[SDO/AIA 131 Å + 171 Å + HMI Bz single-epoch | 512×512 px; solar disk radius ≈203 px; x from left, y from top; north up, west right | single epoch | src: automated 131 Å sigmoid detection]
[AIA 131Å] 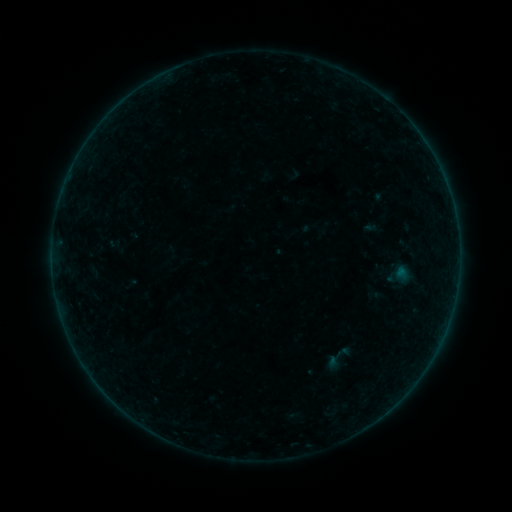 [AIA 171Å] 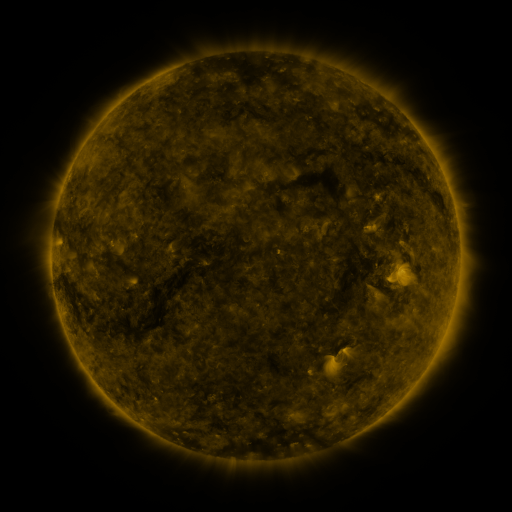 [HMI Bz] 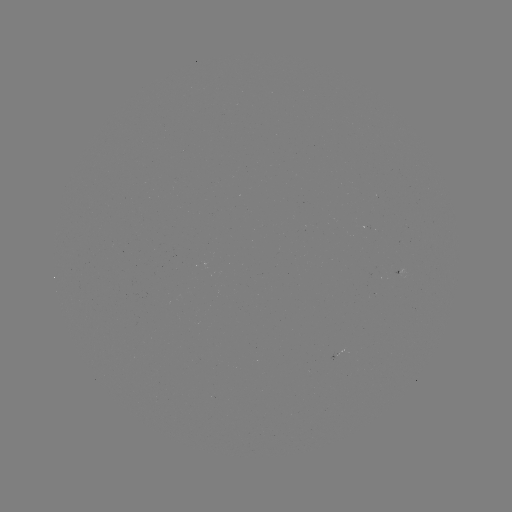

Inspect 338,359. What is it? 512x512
sigmoid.